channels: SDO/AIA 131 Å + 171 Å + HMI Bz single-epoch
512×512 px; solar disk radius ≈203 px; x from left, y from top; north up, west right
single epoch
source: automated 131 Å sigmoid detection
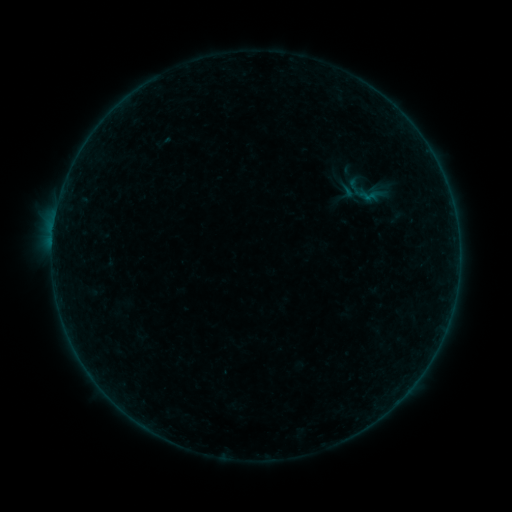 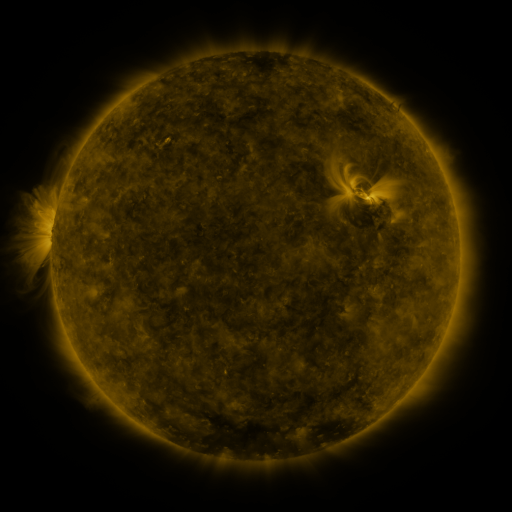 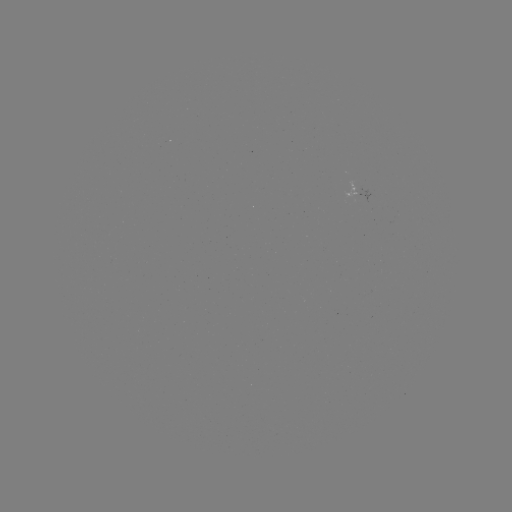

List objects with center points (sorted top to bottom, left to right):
sigmoid: <bbox>347, 176, 388, 214</bbox>
